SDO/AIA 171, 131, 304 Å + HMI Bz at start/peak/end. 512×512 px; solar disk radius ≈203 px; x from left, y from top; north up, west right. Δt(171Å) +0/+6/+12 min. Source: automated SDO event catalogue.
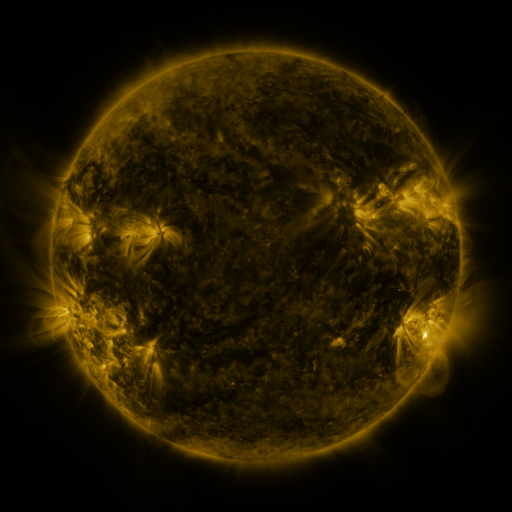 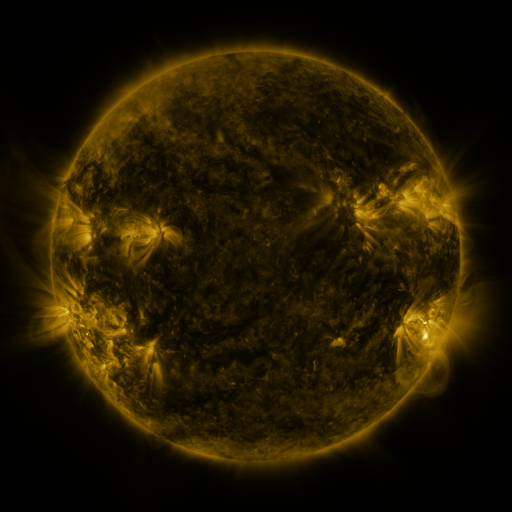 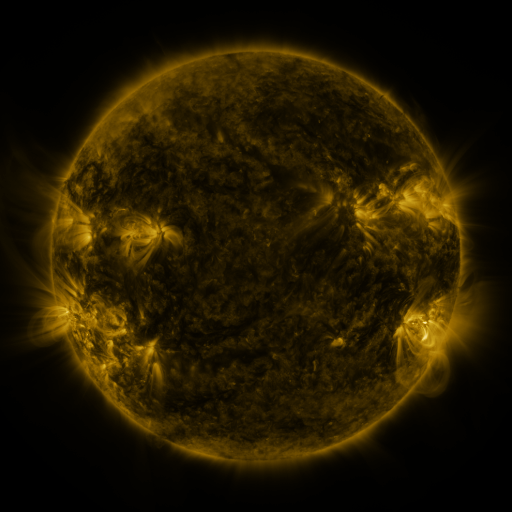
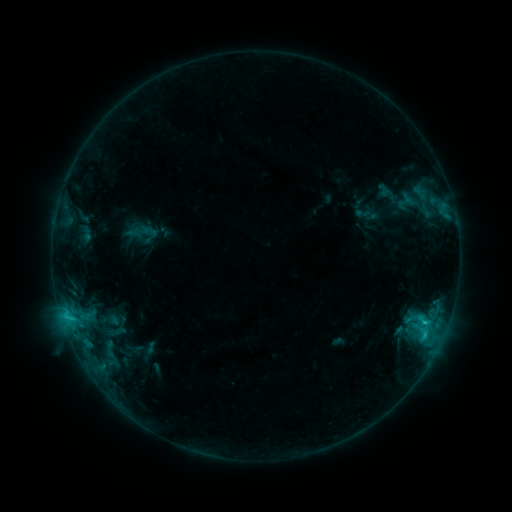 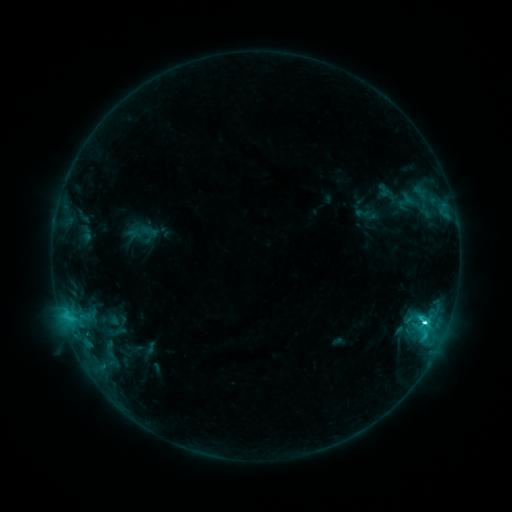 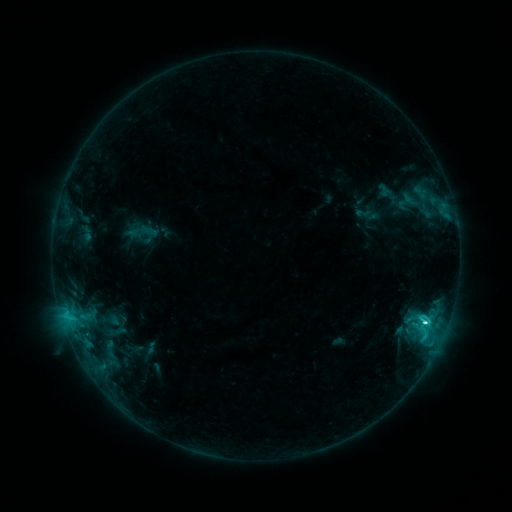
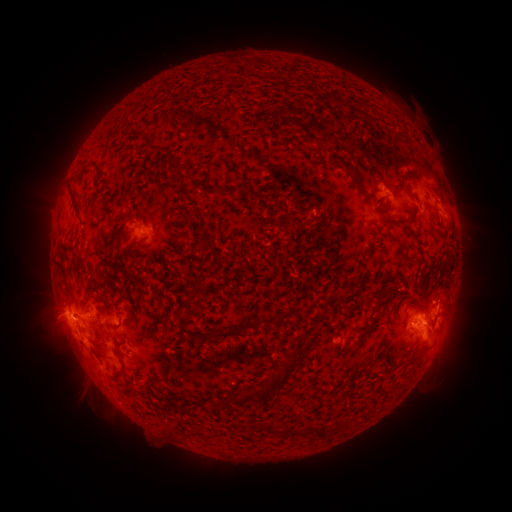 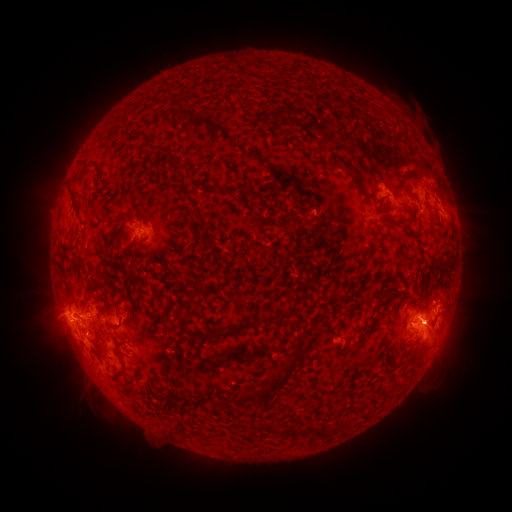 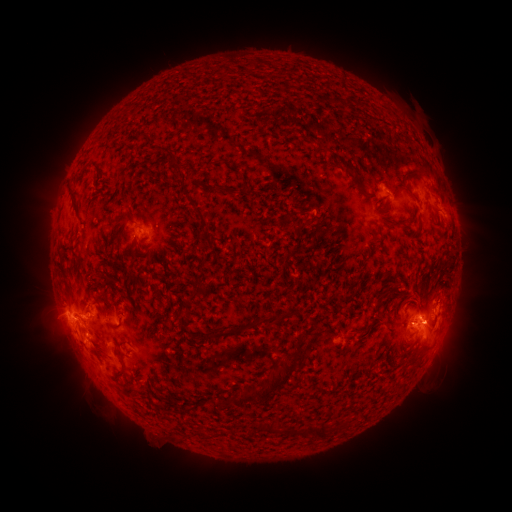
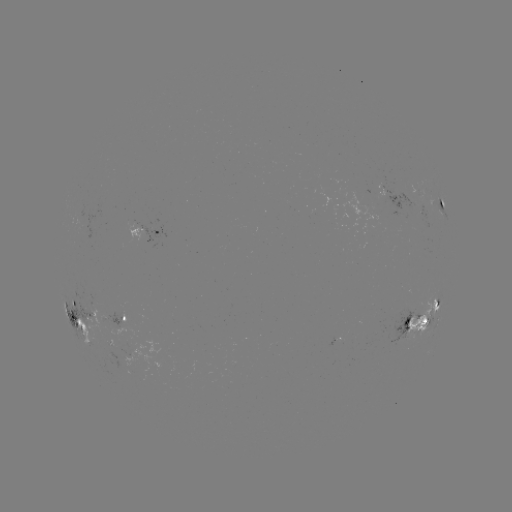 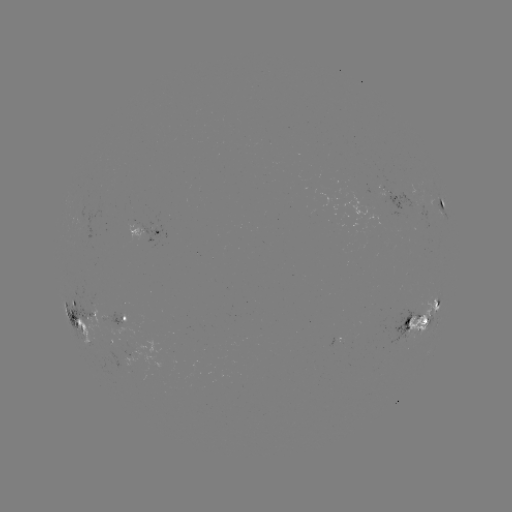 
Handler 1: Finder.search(C6.4 flare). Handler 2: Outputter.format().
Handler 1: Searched C6.4 flare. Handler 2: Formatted [424, 321].